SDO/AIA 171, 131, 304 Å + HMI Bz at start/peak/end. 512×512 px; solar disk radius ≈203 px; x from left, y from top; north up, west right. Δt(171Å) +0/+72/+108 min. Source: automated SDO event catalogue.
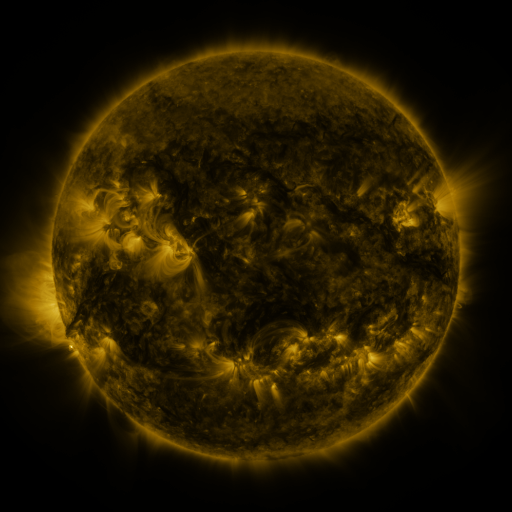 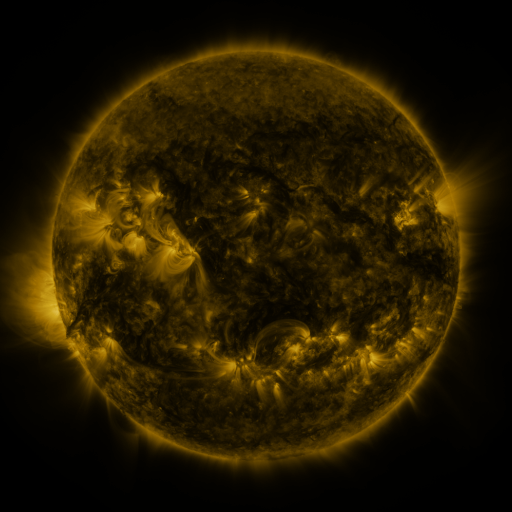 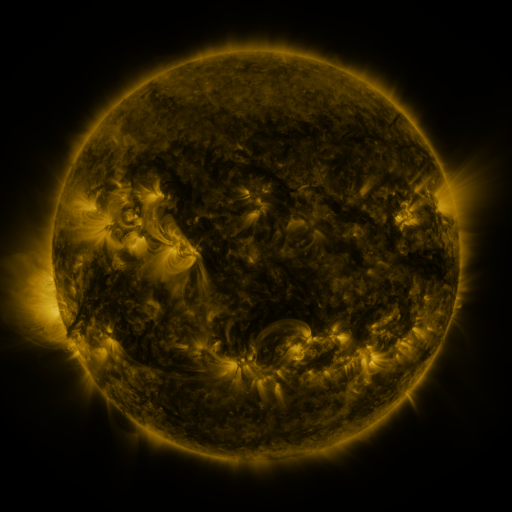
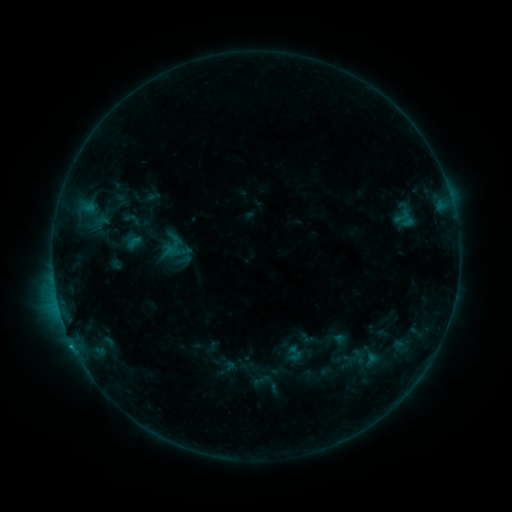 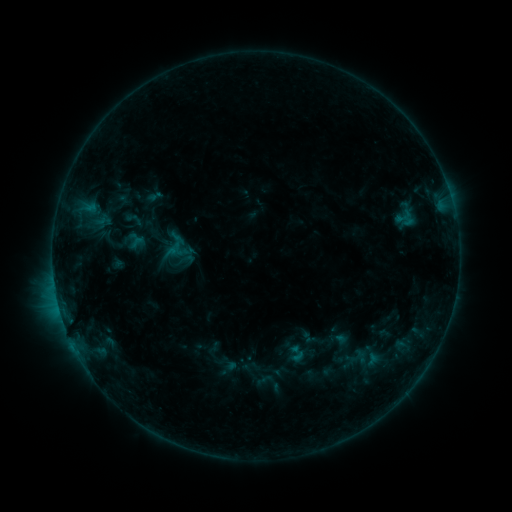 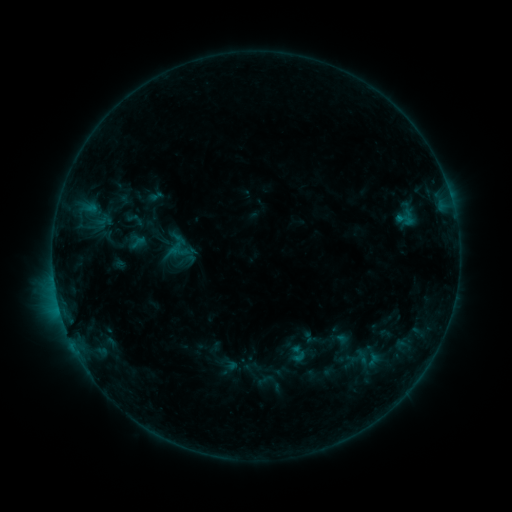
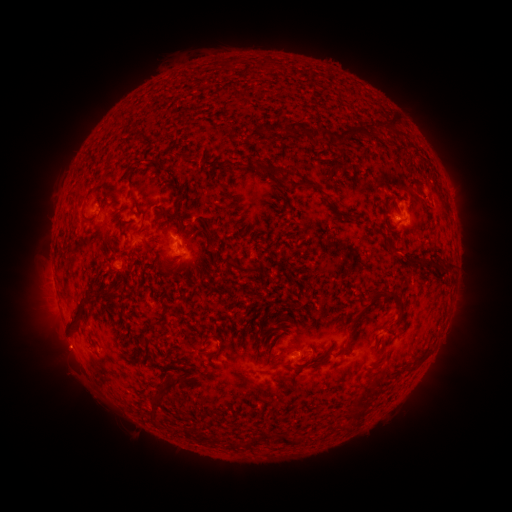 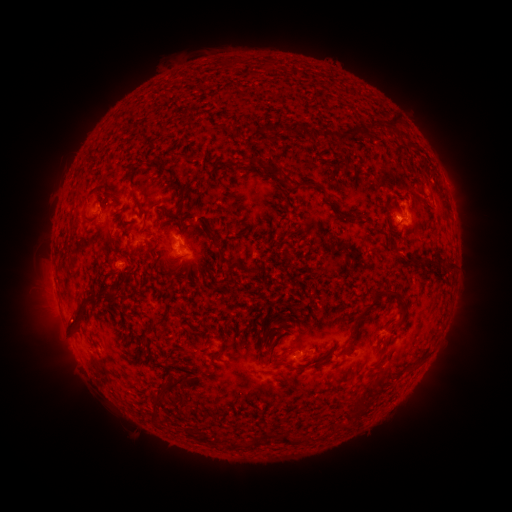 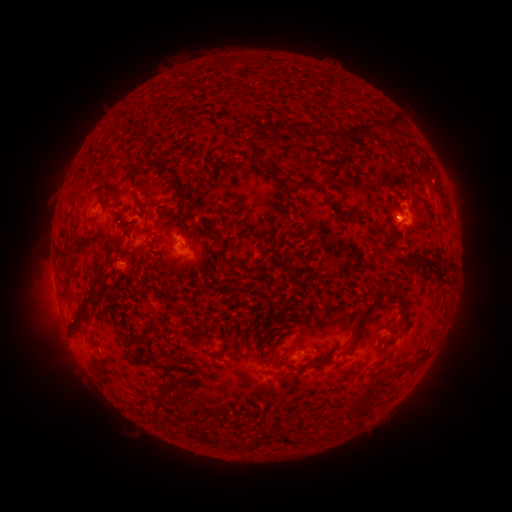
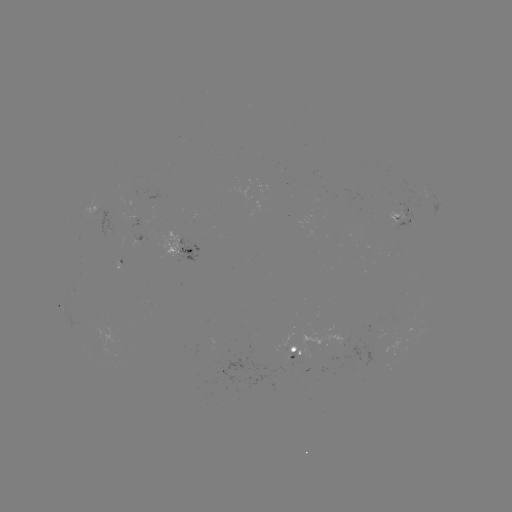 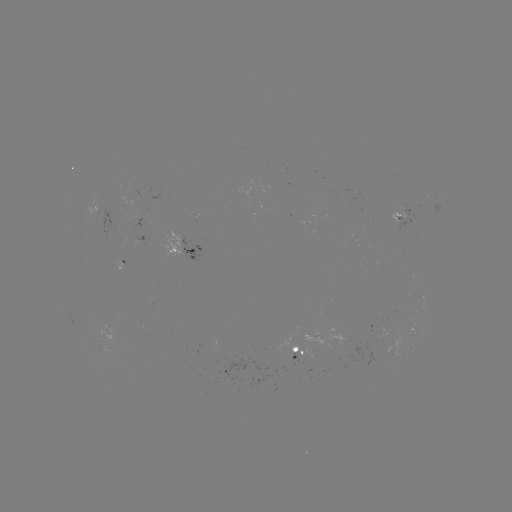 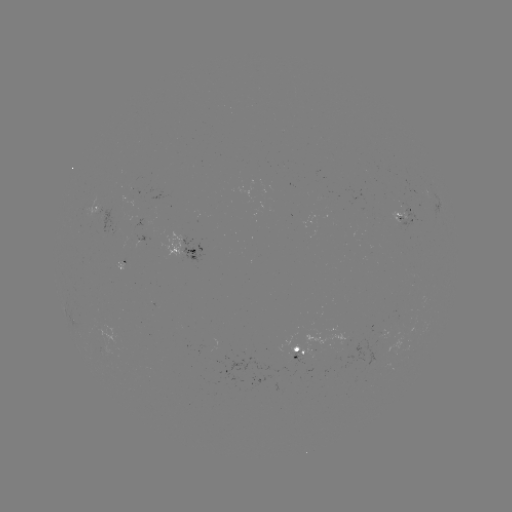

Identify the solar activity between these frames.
emerging-flux region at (292, 356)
